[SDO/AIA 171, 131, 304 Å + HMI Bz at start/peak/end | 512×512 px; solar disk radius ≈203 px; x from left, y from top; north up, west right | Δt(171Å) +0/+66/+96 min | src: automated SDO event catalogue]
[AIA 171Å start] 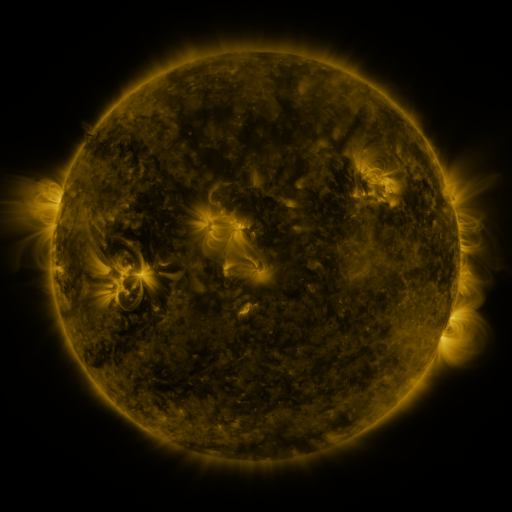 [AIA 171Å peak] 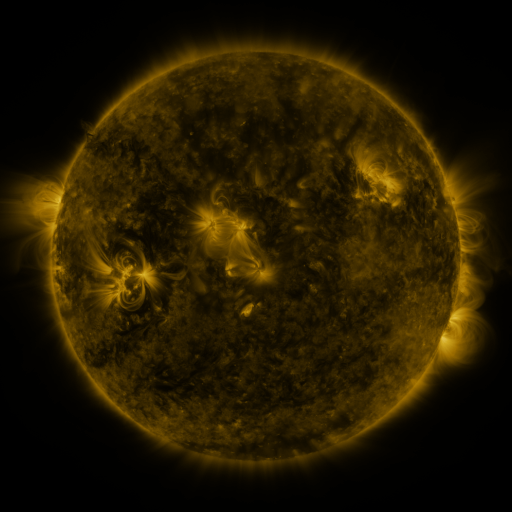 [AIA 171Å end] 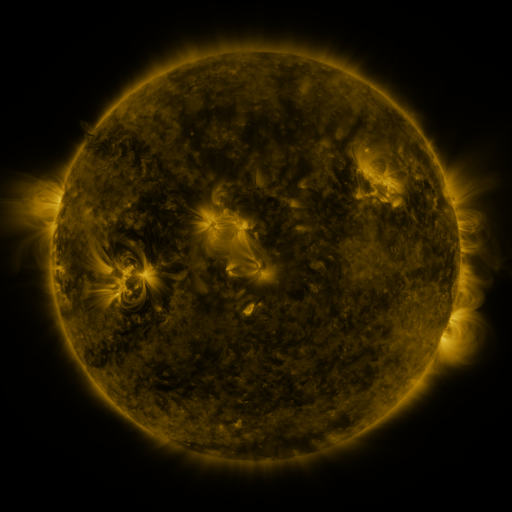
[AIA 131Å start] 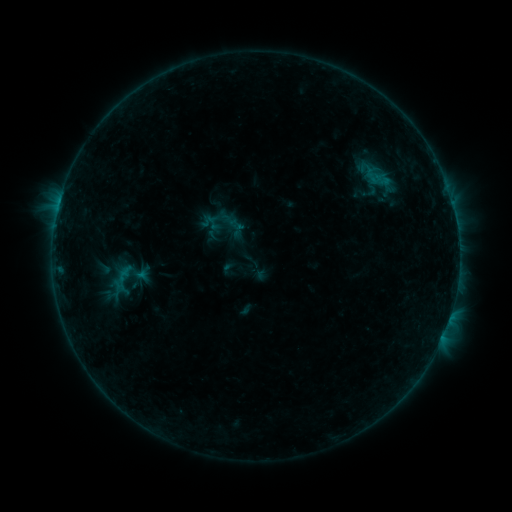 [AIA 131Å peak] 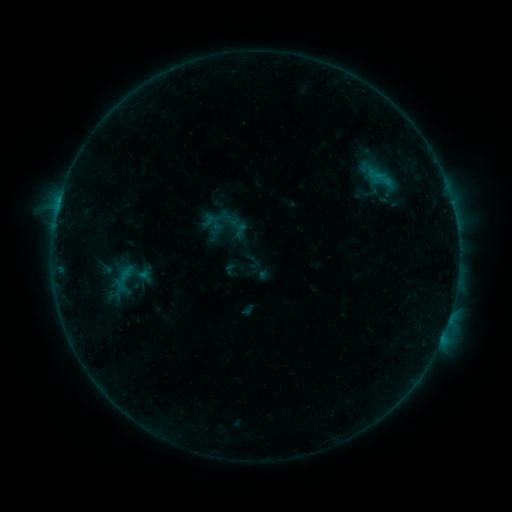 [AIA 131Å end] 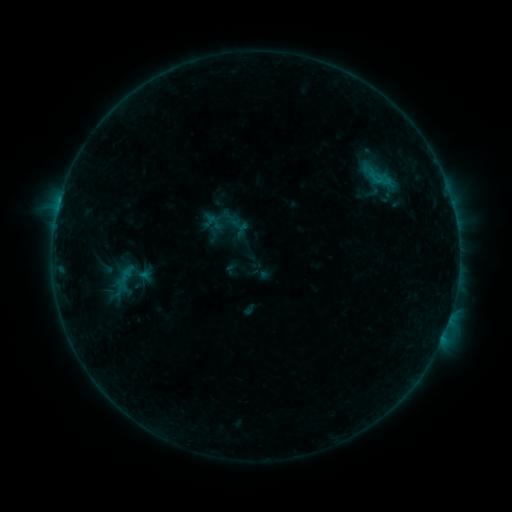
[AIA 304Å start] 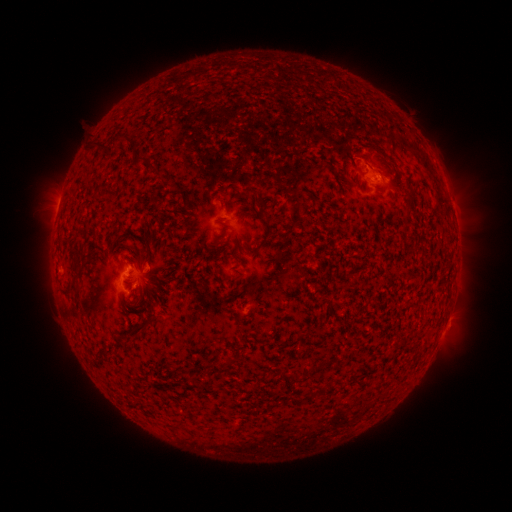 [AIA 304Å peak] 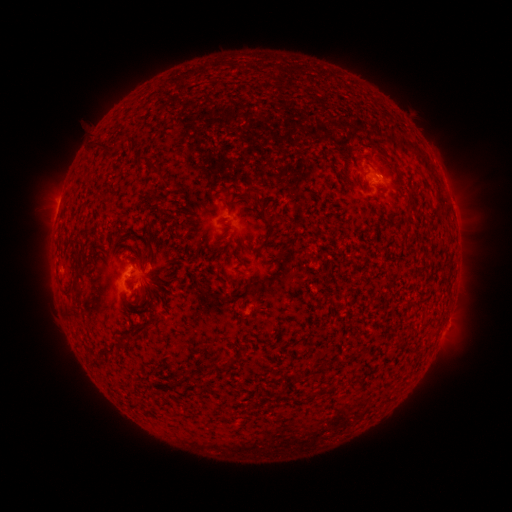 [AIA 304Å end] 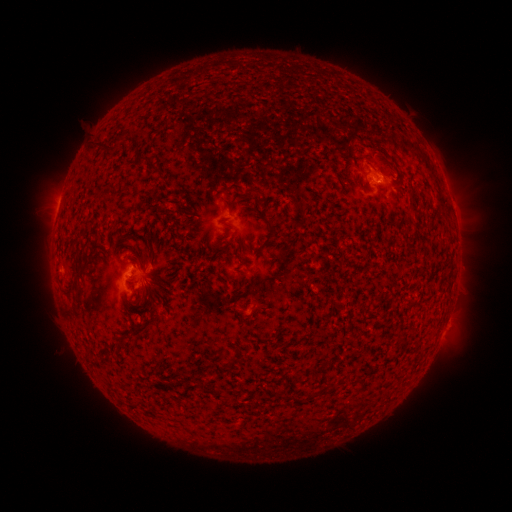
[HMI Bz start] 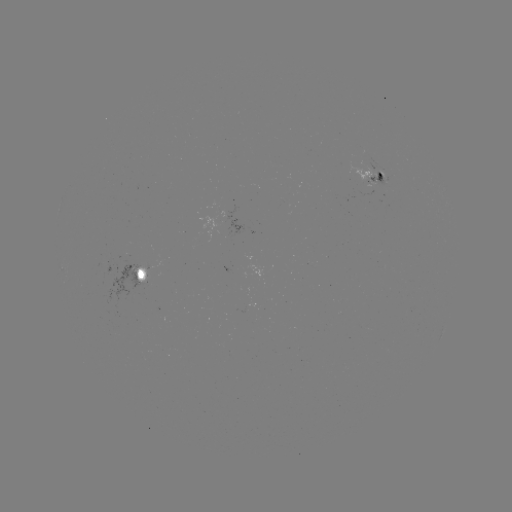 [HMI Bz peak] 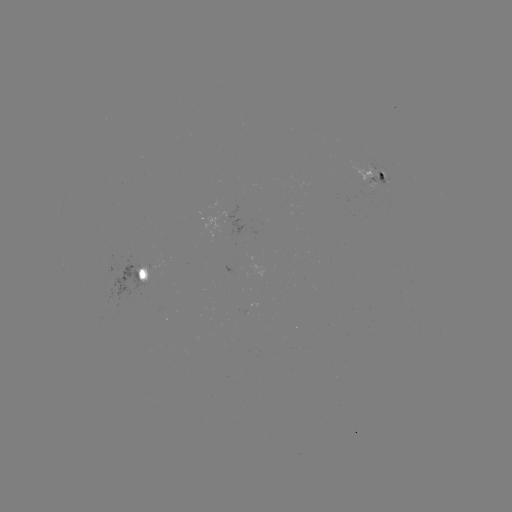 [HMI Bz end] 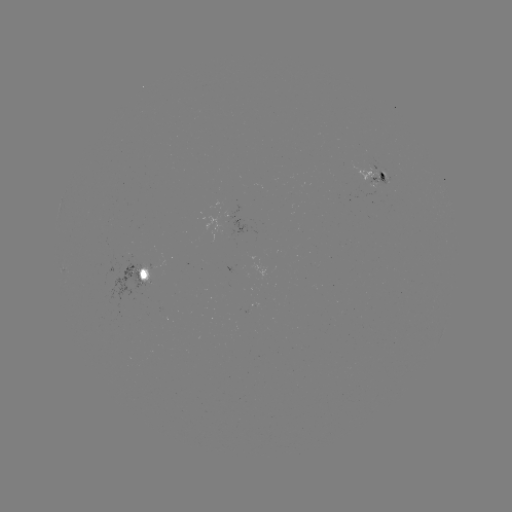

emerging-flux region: <bbox>363, 174, 390, 188</bbox>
